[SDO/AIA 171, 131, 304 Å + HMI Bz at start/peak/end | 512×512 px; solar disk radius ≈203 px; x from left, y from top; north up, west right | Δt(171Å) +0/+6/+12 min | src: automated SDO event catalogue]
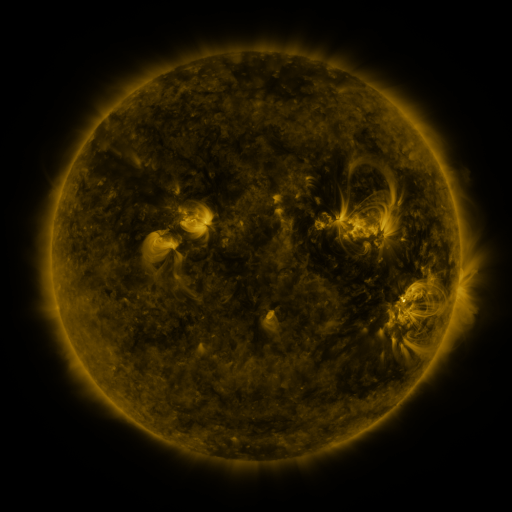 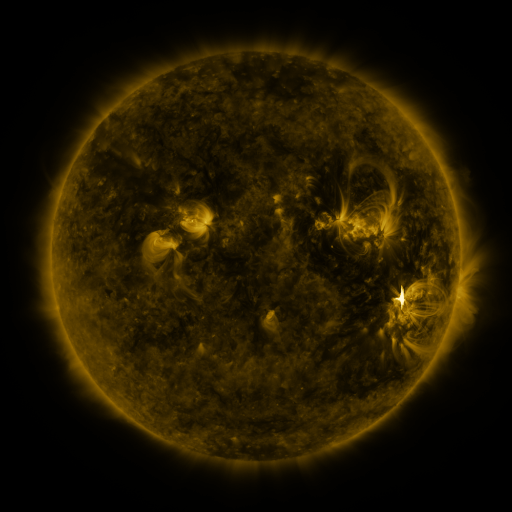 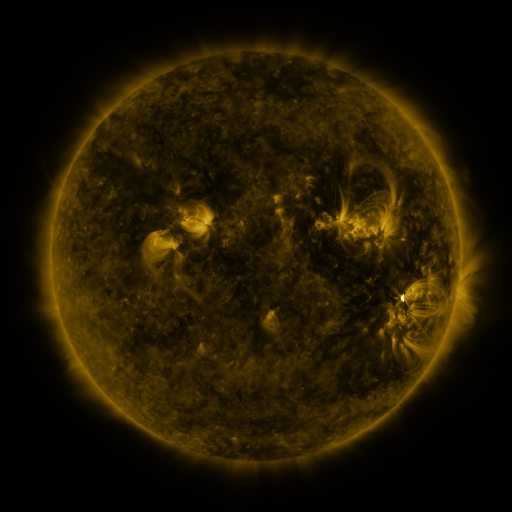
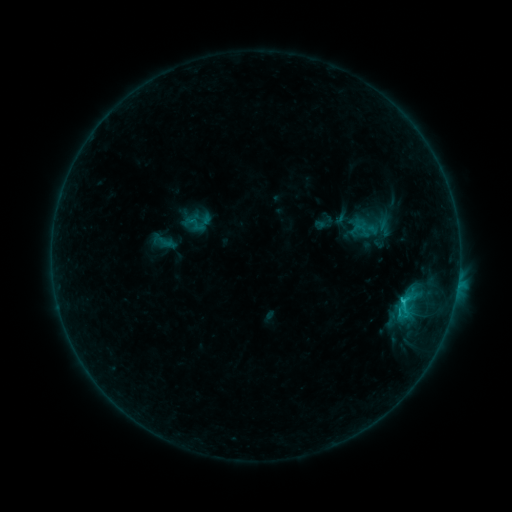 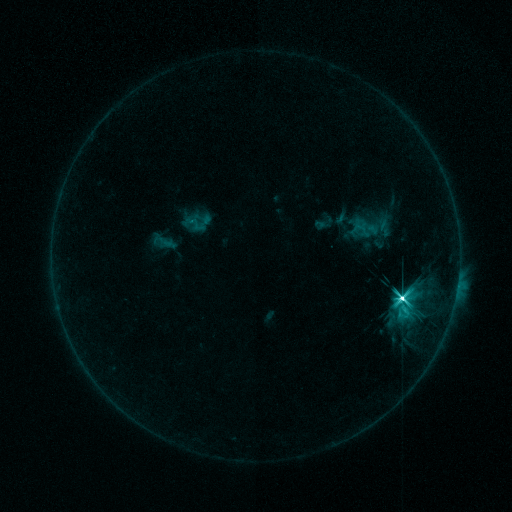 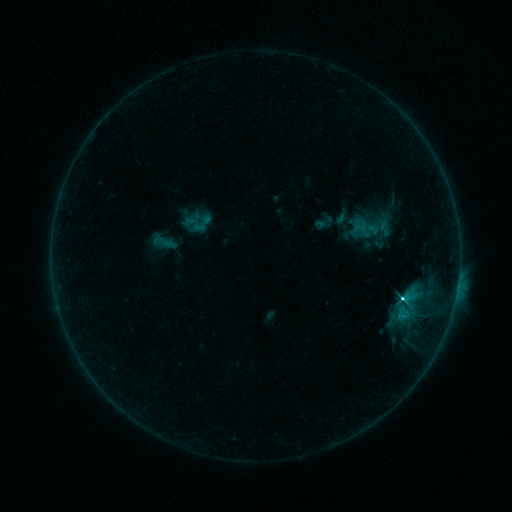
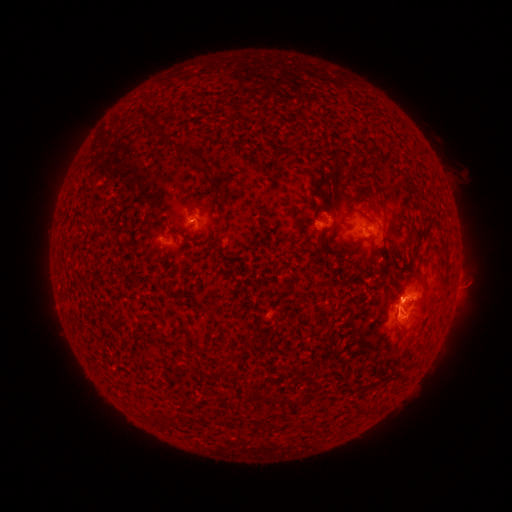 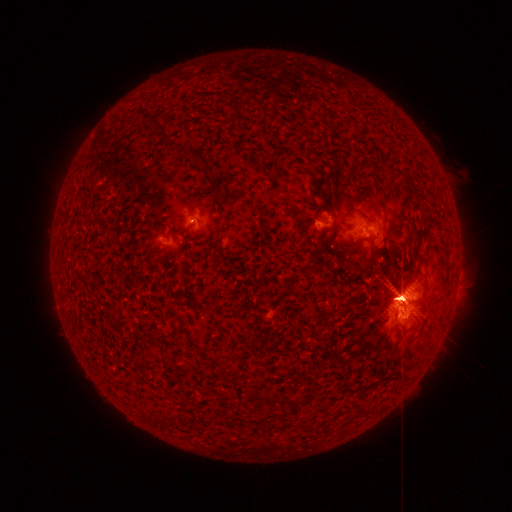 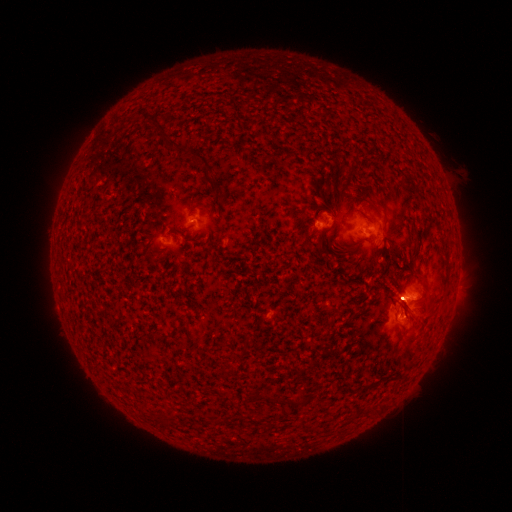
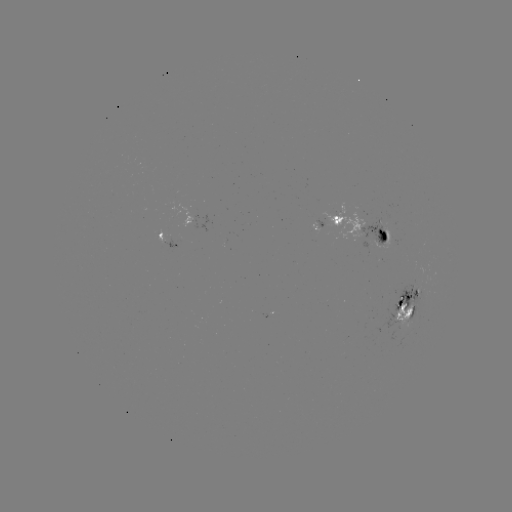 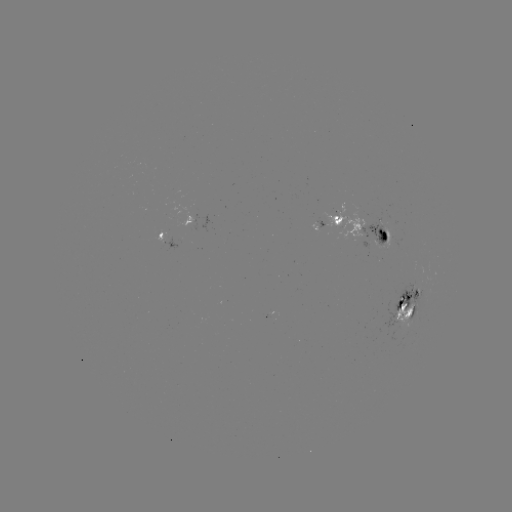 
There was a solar eruption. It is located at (399, 297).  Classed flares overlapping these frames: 1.